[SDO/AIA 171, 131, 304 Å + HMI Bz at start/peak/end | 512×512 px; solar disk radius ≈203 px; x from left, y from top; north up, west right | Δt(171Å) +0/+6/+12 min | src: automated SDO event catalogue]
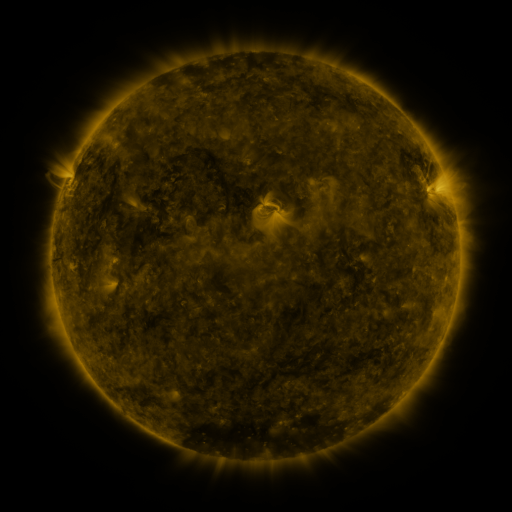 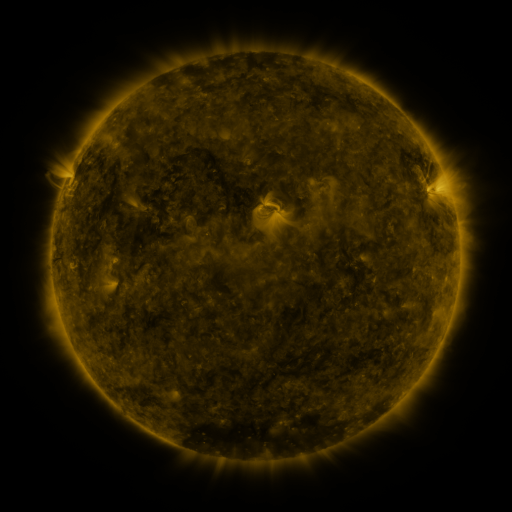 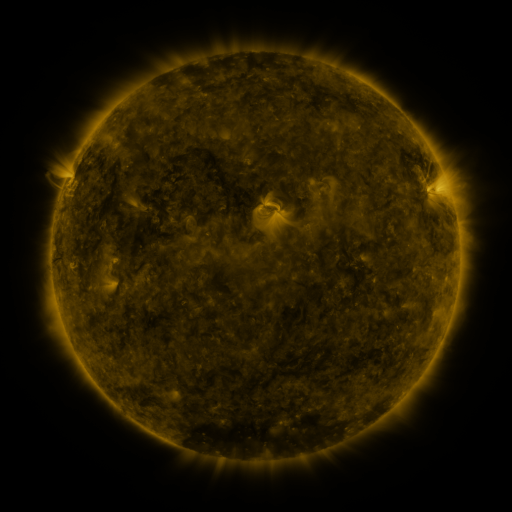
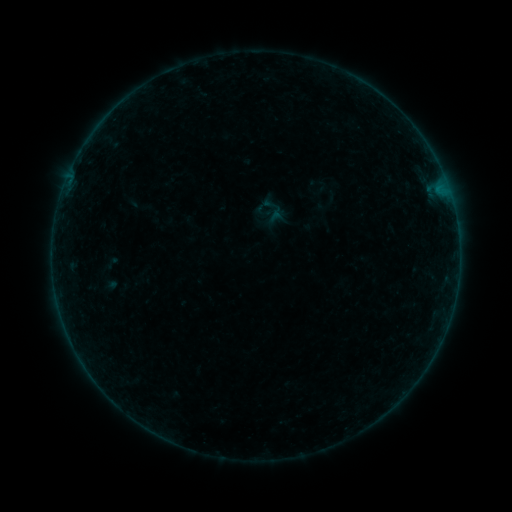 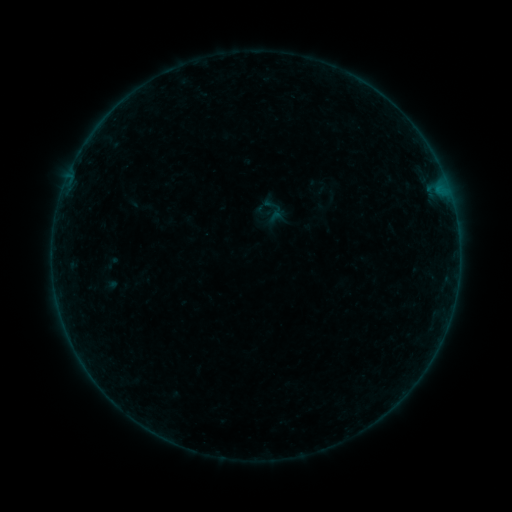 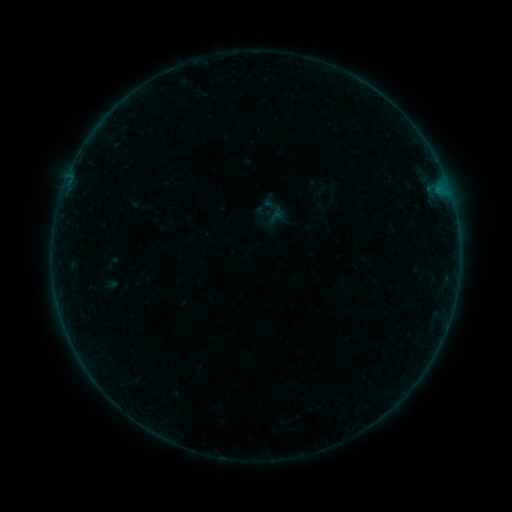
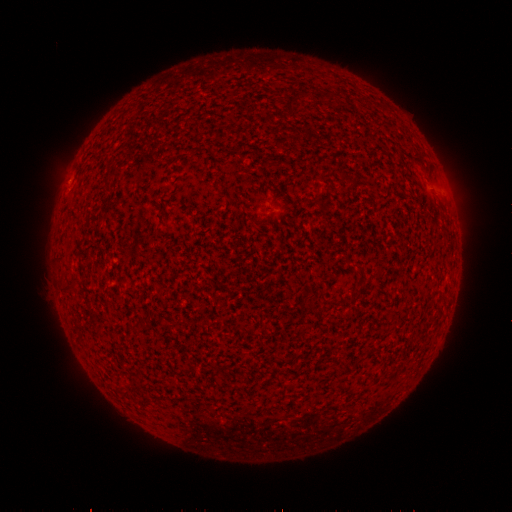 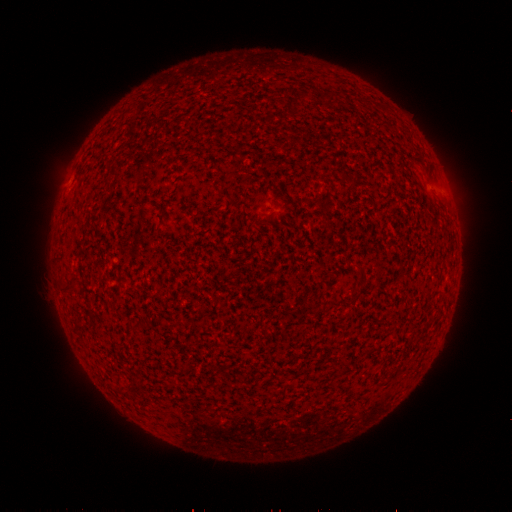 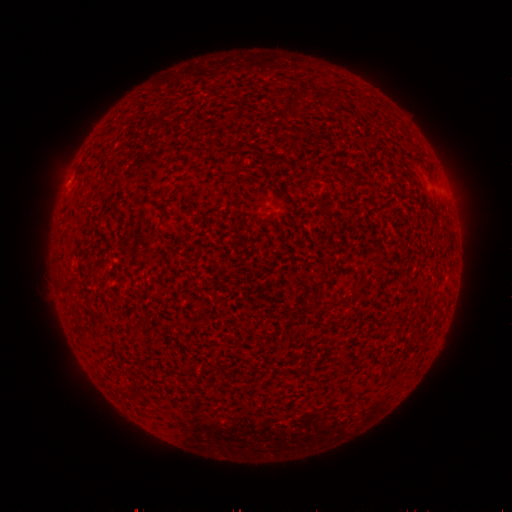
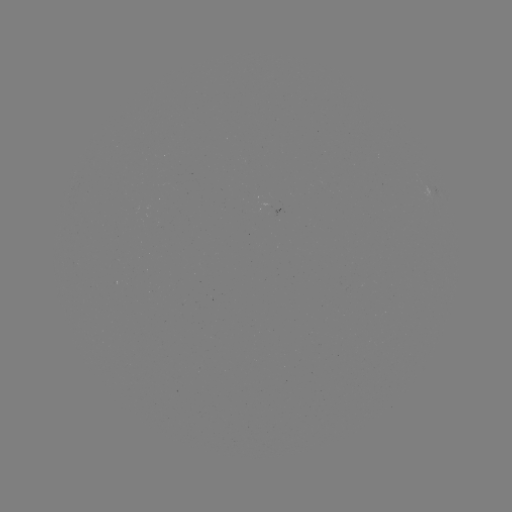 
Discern B3.0 flare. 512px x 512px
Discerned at (440, 198).